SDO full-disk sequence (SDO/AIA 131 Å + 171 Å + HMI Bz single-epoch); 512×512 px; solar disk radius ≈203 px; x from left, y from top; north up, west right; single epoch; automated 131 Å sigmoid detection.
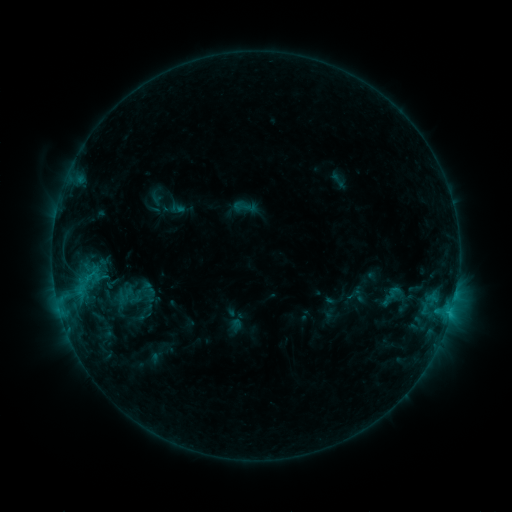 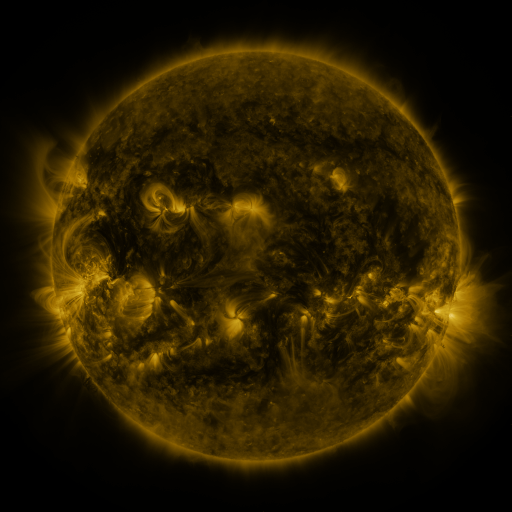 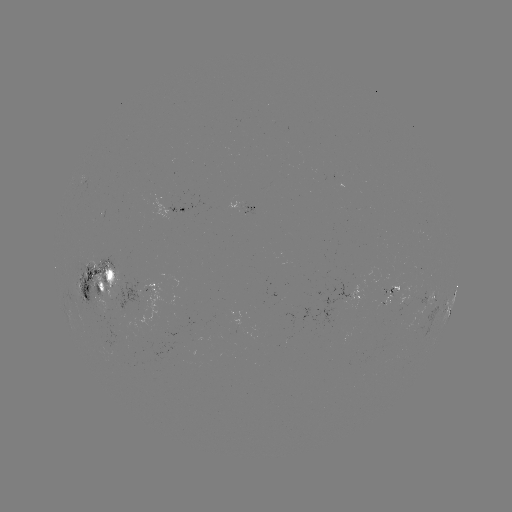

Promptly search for sigmoid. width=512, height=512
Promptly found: (132, 295).